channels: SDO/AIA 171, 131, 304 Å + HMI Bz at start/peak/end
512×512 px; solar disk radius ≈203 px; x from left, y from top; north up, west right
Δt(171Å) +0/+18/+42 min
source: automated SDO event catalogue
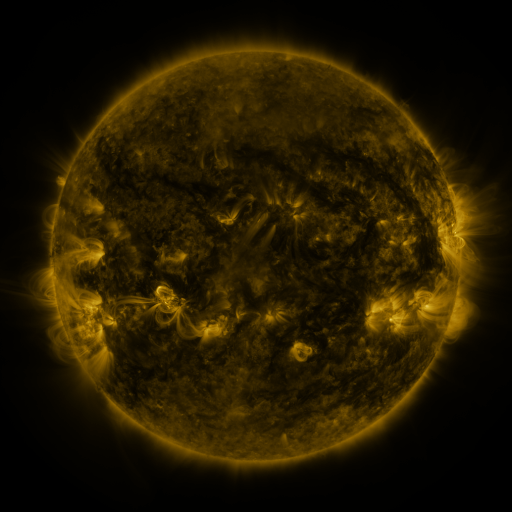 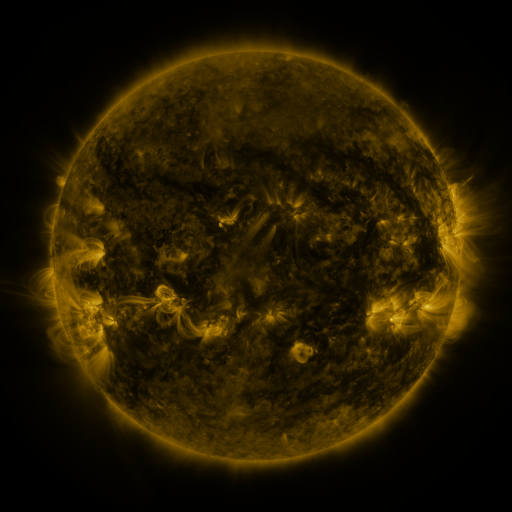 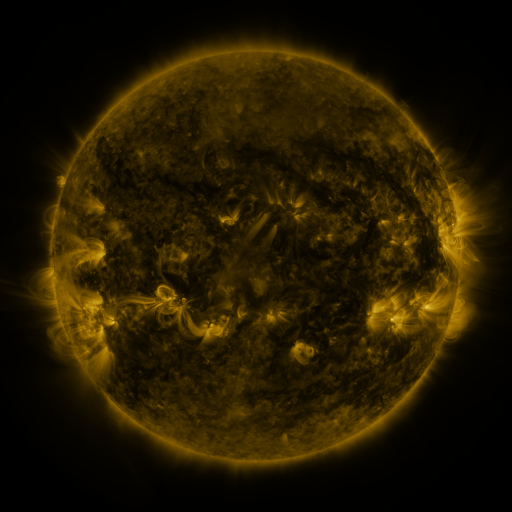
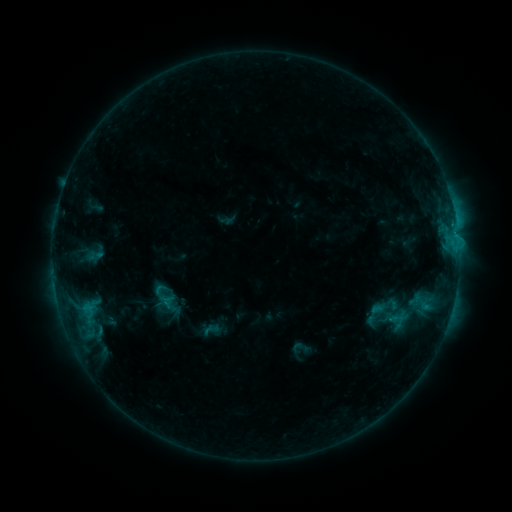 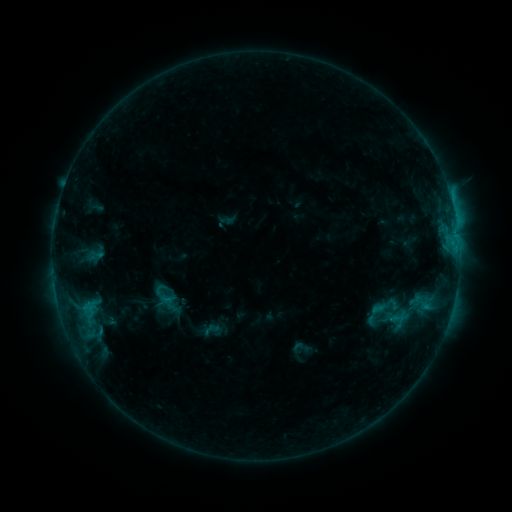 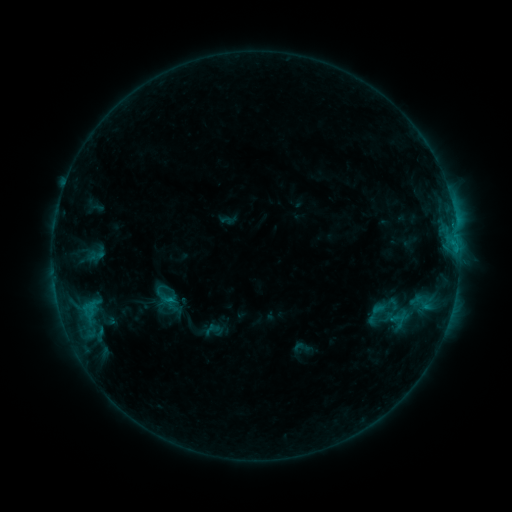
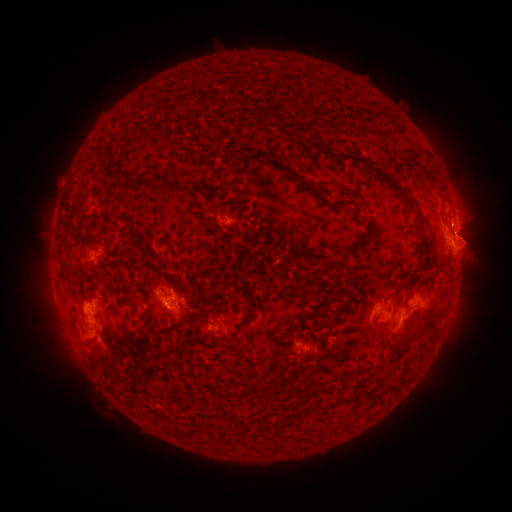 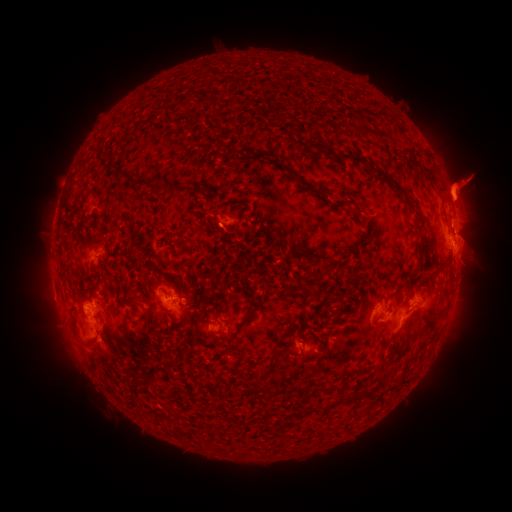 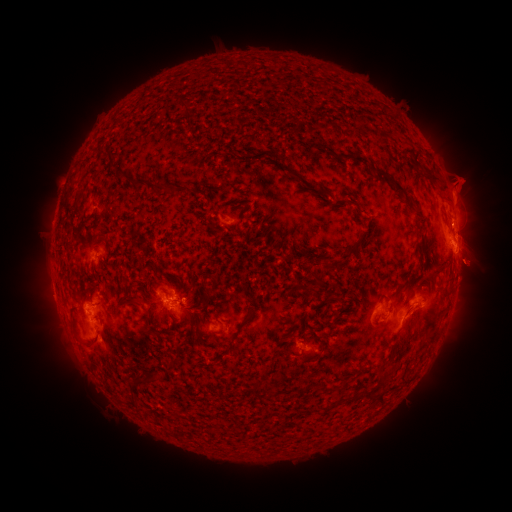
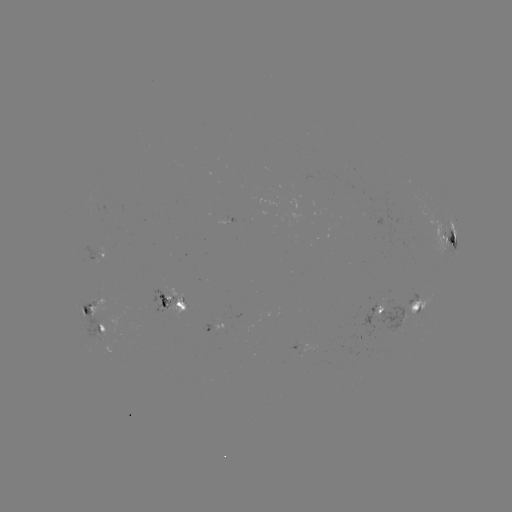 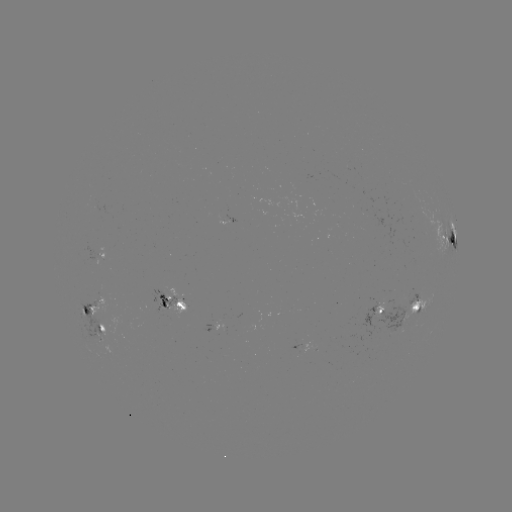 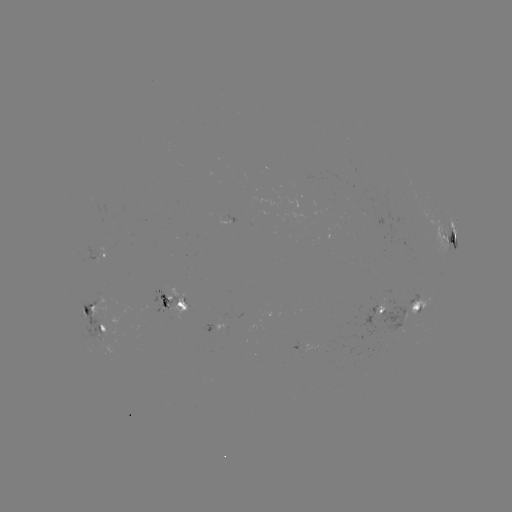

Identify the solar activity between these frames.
eruption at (463, 183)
